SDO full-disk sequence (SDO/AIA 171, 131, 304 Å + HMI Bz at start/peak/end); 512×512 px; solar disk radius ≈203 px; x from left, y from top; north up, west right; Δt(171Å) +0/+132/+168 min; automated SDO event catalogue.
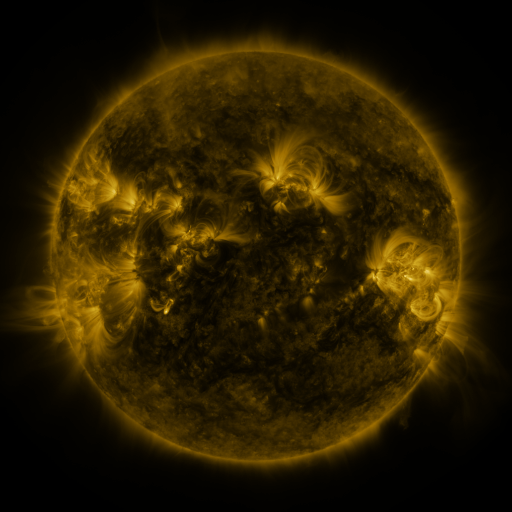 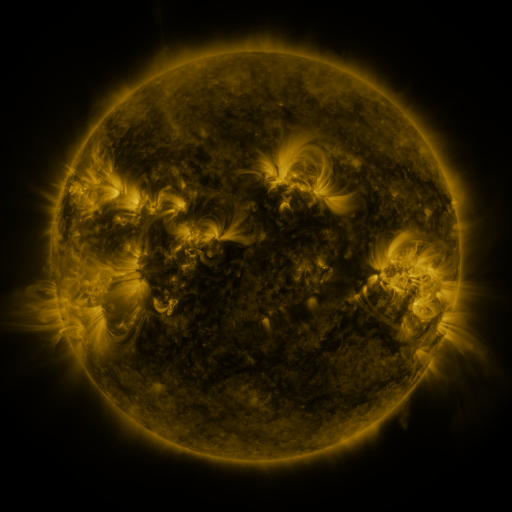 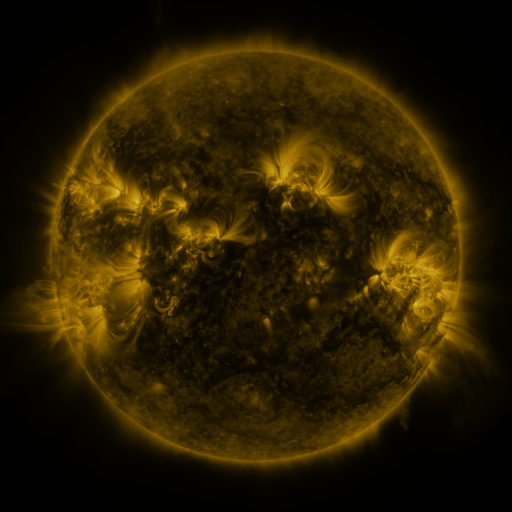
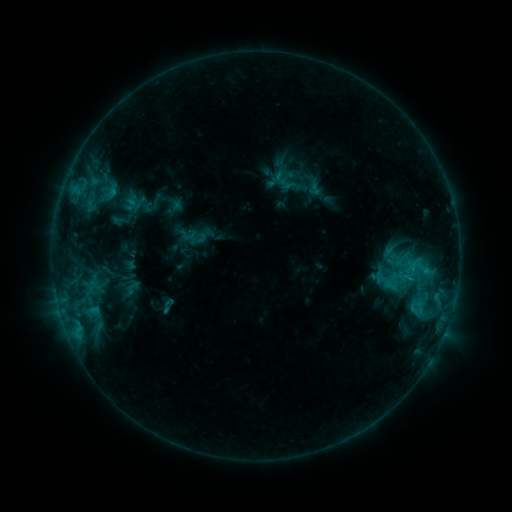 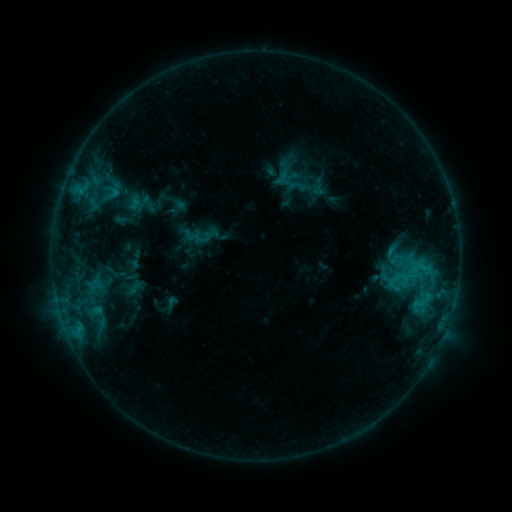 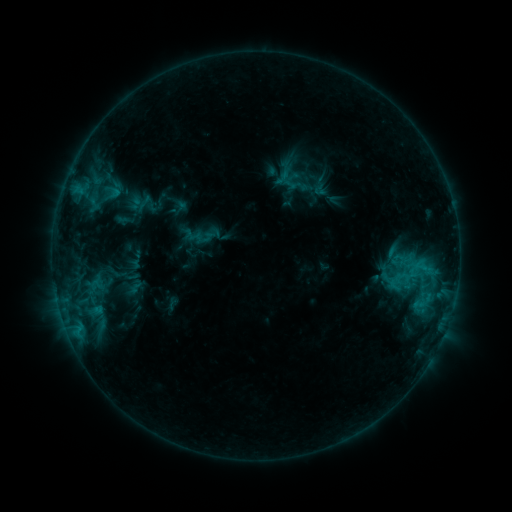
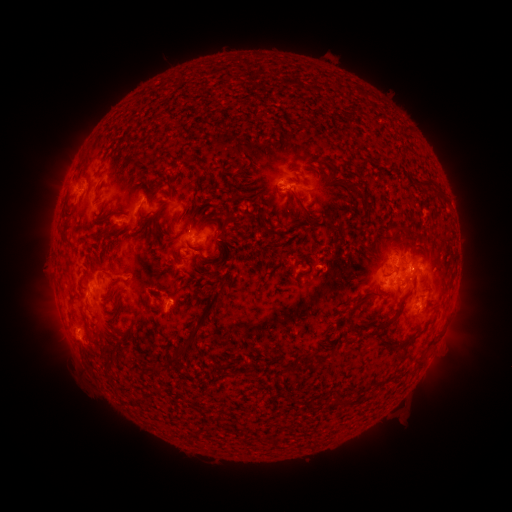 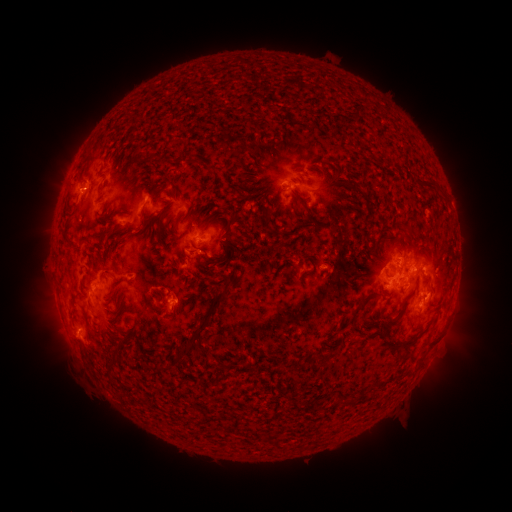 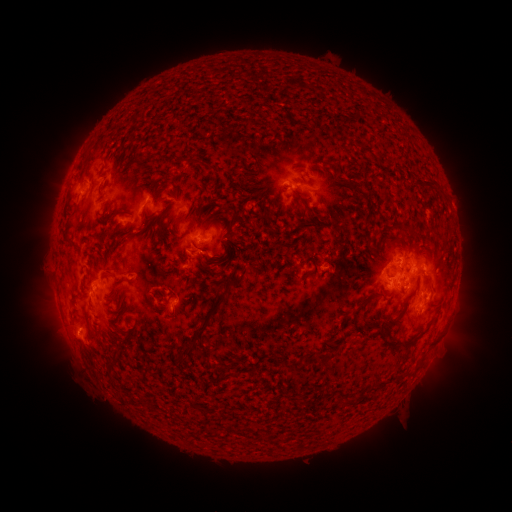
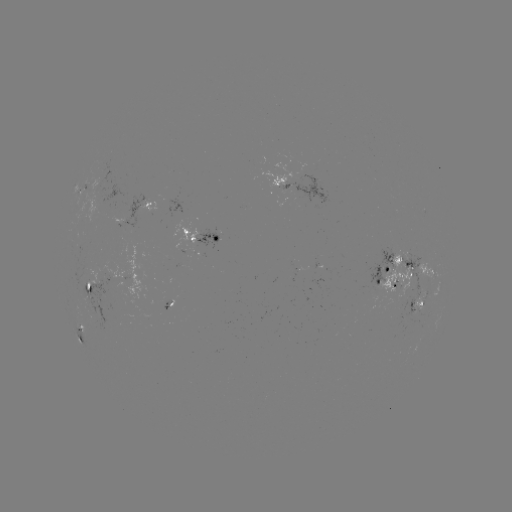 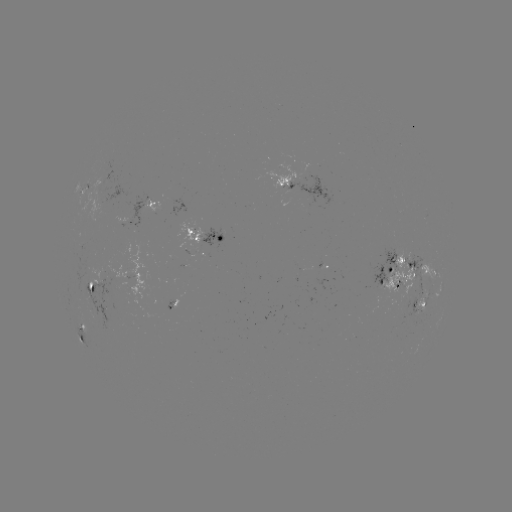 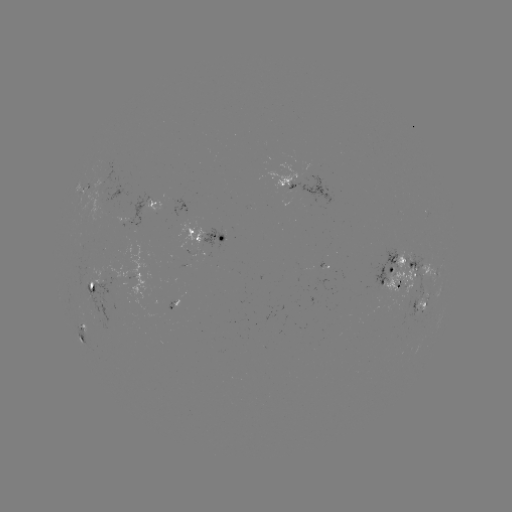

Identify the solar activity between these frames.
emerging-flux region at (103, 277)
